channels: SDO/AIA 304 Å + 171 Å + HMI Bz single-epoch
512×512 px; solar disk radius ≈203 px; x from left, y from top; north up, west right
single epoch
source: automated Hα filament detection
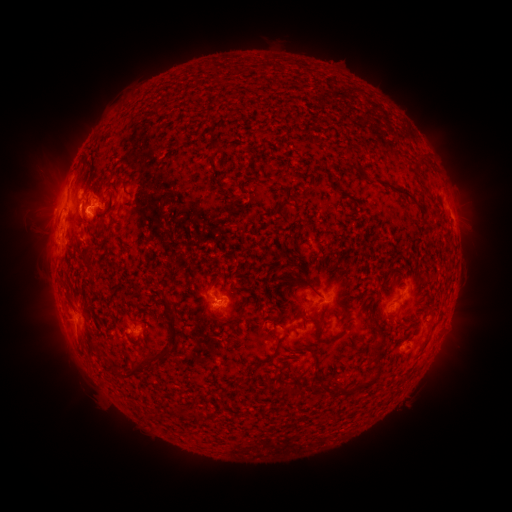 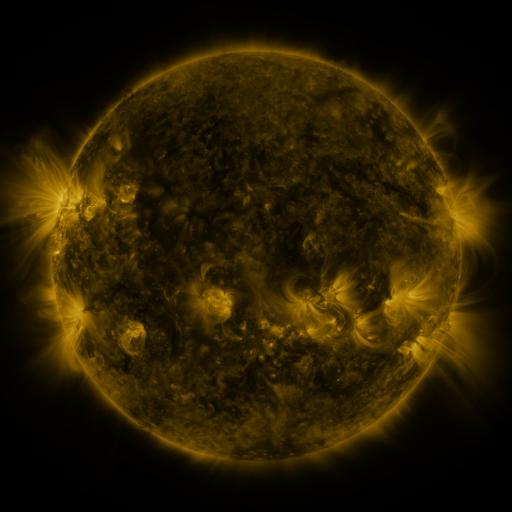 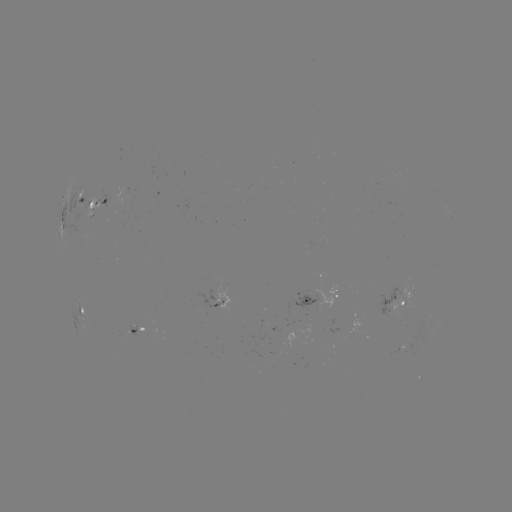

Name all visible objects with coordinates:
filament: (215, 144)
filament: (421, 156)
filament: (352, 165)
filament: (121, 182)
filament: (405, 192)
filament: (87, 252)
filament: (301, 281)
filament: (168, 317)
filament: (377, 326)
filament: (318, 328)
filament: (380, 344)
filament: (171, 346)
filament: (316, 352)
filament: (276, 353)
filament: (138, 369)
filament: (314, 384)
filament: (362, 384)
filament: (294, 391)
filament: (187, 415)
filament: (199, 416)
